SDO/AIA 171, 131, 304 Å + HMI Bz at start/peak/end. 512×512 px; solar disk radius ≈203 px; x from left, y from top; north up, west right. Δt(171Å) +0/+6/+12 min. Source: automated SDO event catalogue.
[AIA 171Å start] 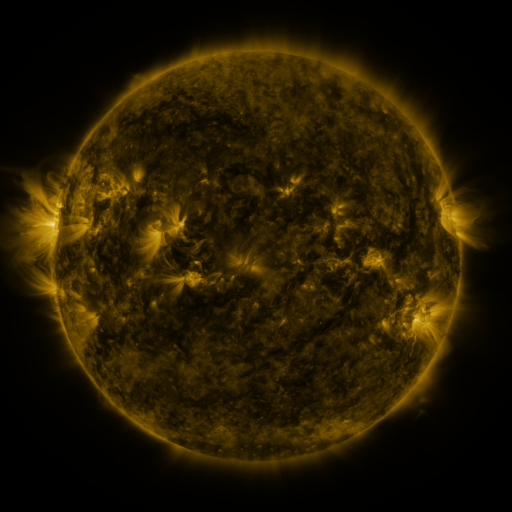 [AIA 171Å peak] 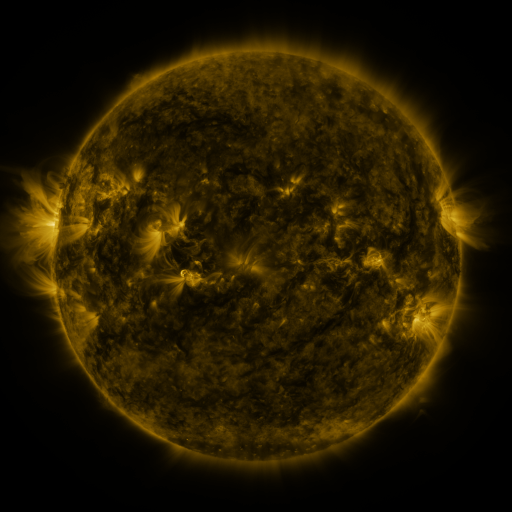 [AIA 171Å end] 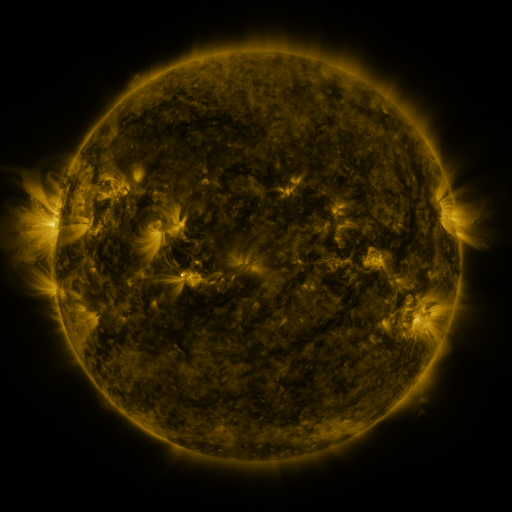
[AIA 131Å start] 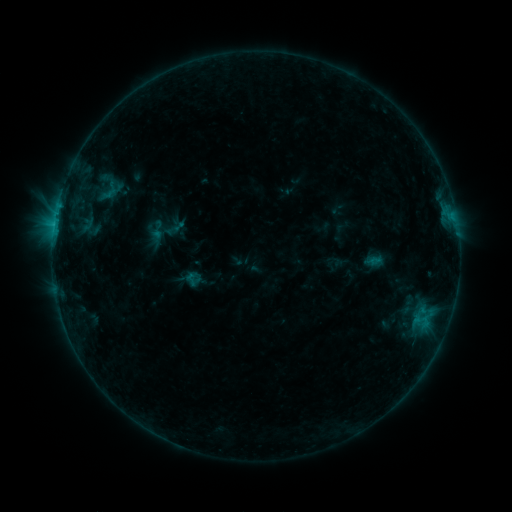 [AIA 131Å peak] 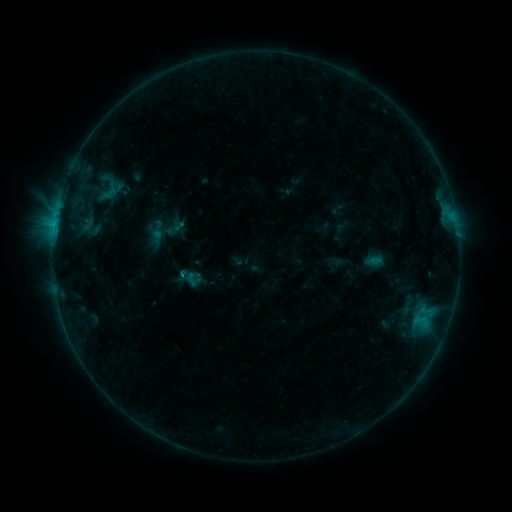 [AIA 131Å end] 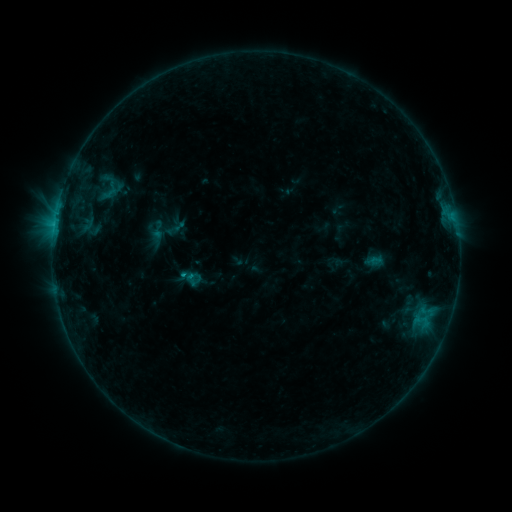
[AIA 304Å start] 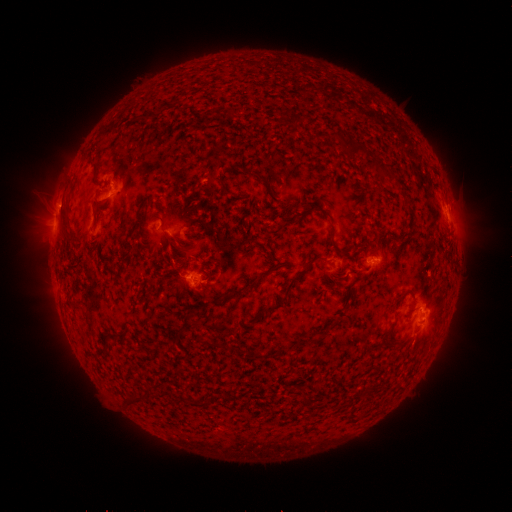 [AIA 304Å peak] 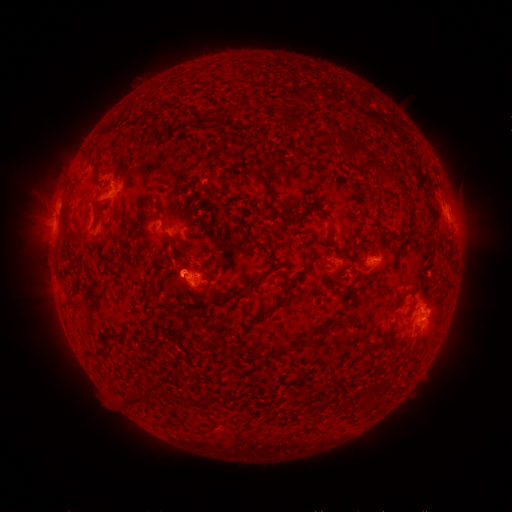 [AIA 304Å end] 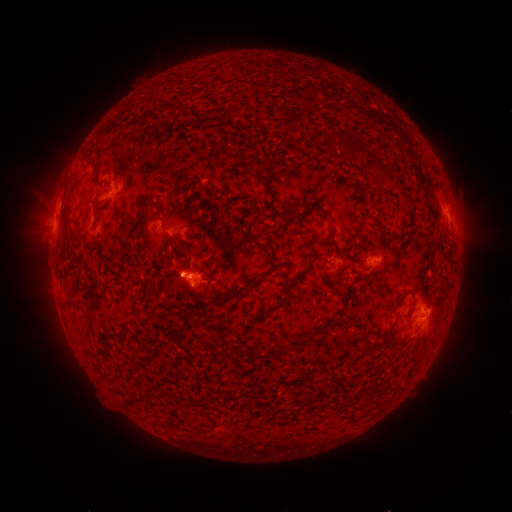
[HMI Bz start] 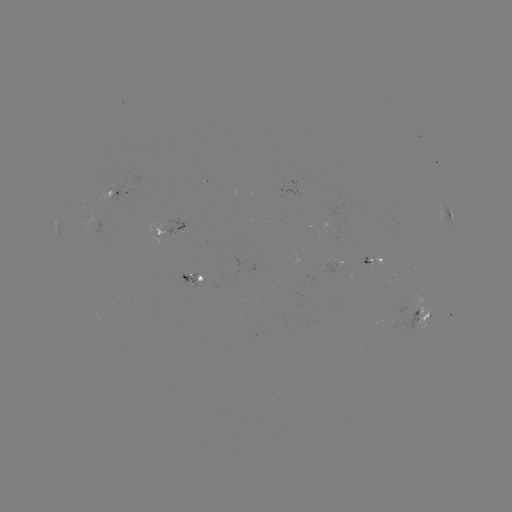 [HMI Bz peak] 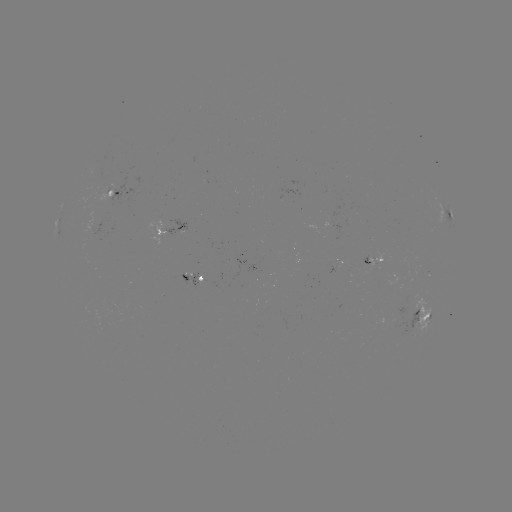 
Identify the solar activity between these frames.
B8.9 flare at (184, 274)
